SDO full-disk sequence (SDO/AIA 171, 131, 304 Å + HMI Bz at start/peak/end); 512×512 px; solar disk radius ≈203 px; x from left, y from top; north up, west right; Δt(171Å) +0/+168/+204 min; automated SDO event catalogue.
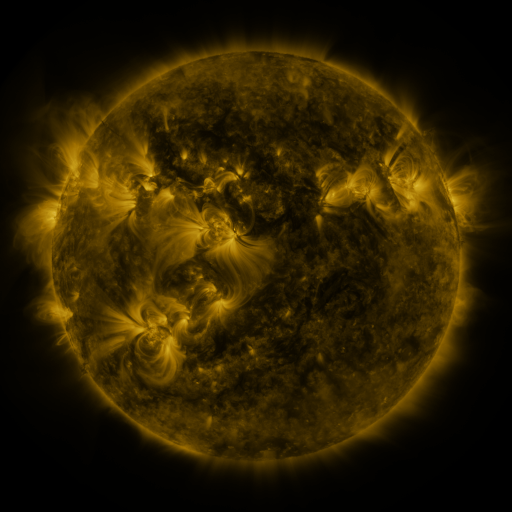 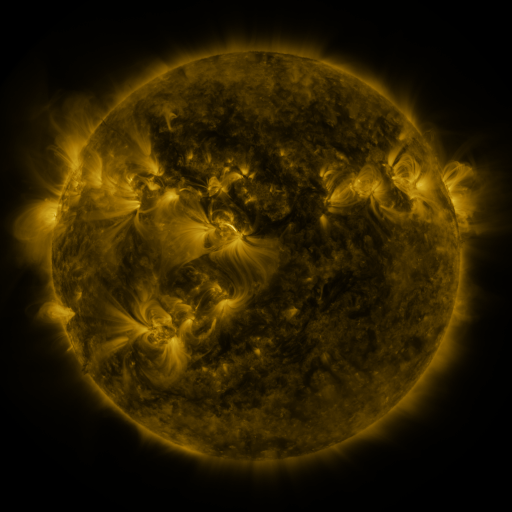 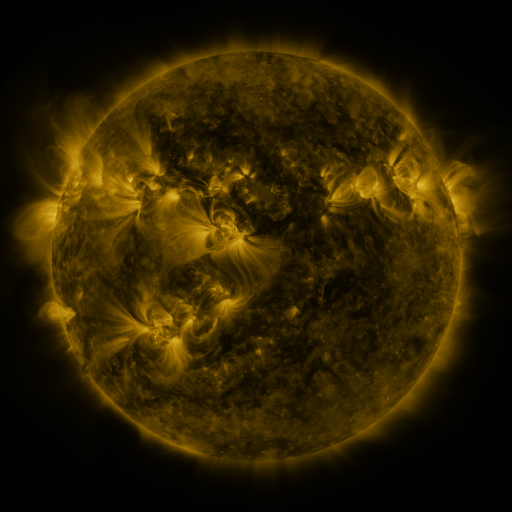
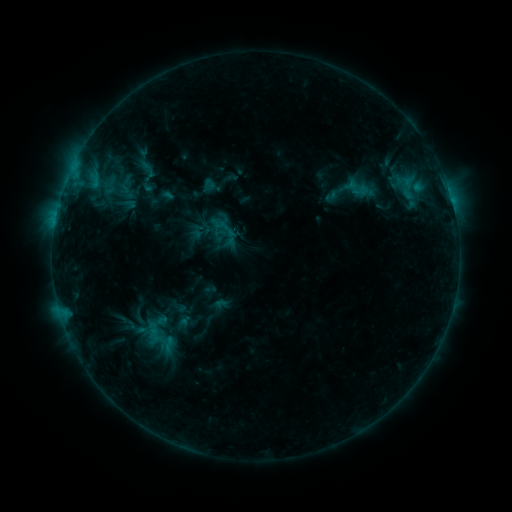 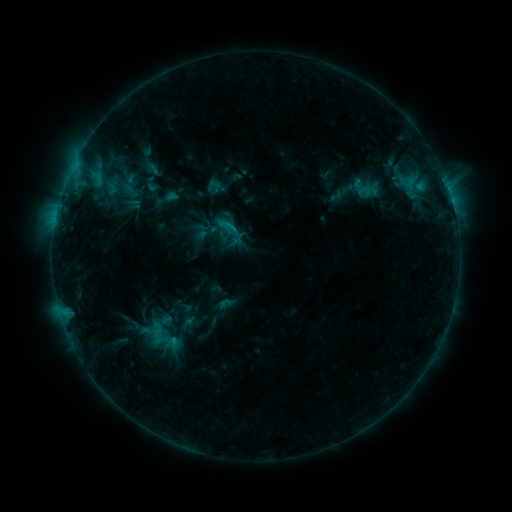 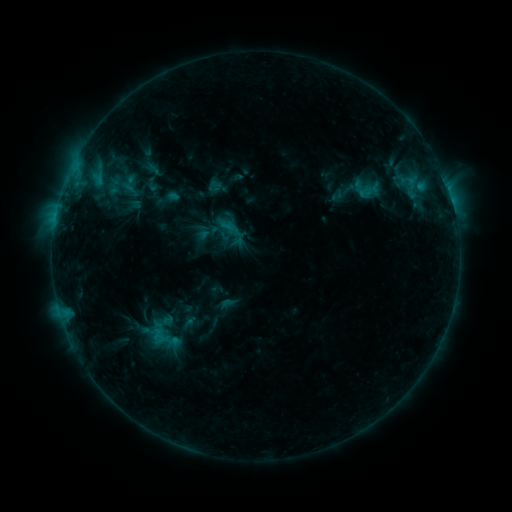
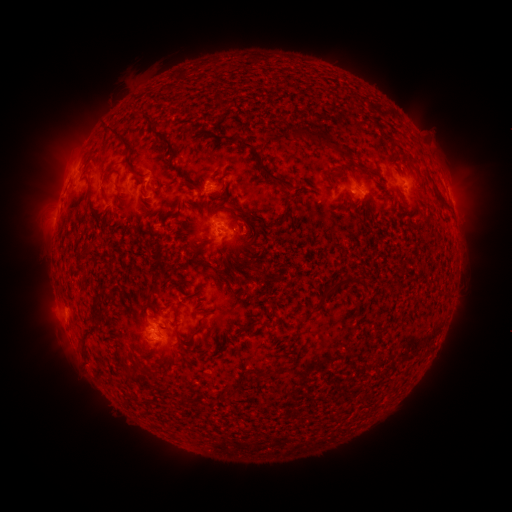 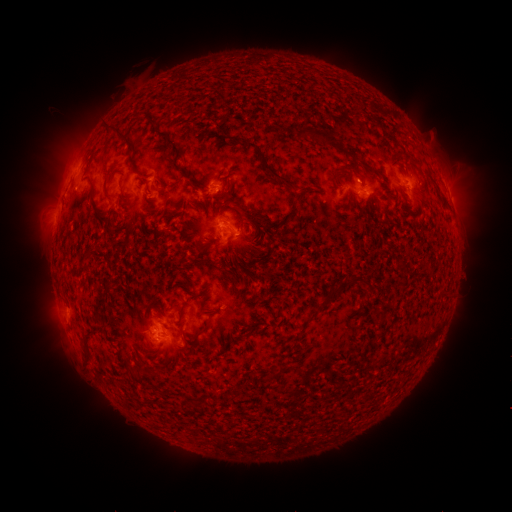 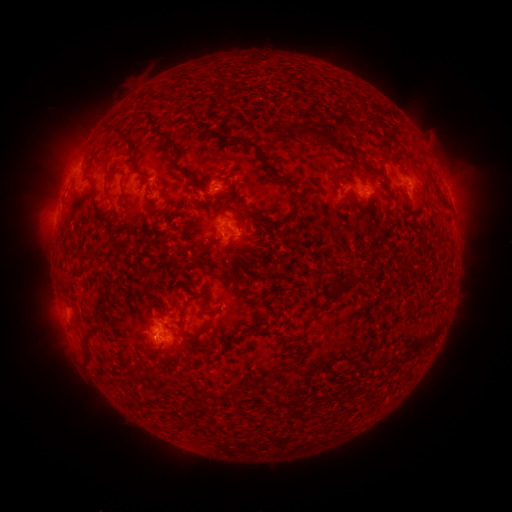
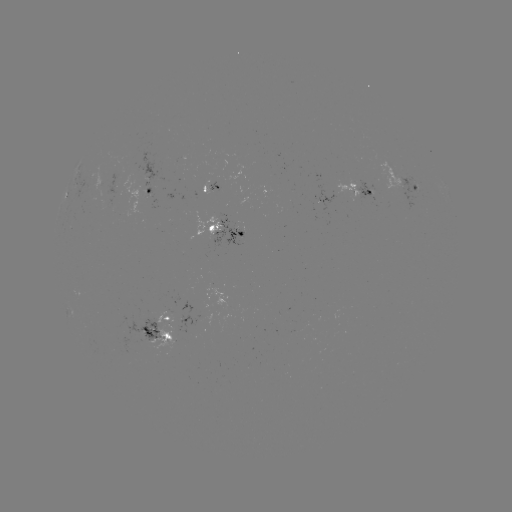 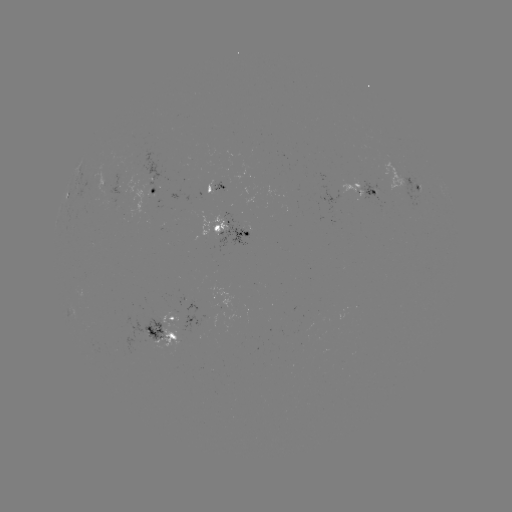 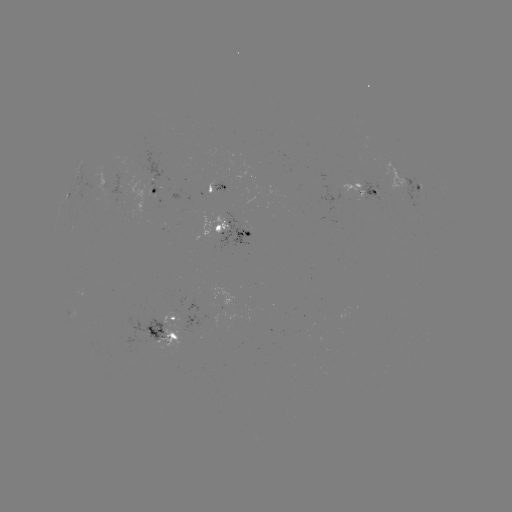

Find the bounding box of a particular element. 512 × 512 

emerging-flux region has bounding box [115, 315, 168, 343].